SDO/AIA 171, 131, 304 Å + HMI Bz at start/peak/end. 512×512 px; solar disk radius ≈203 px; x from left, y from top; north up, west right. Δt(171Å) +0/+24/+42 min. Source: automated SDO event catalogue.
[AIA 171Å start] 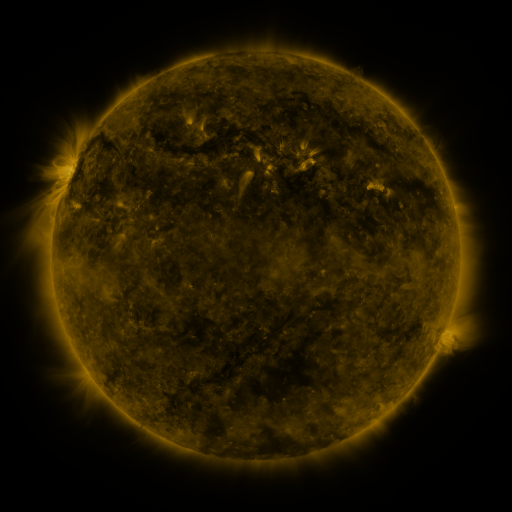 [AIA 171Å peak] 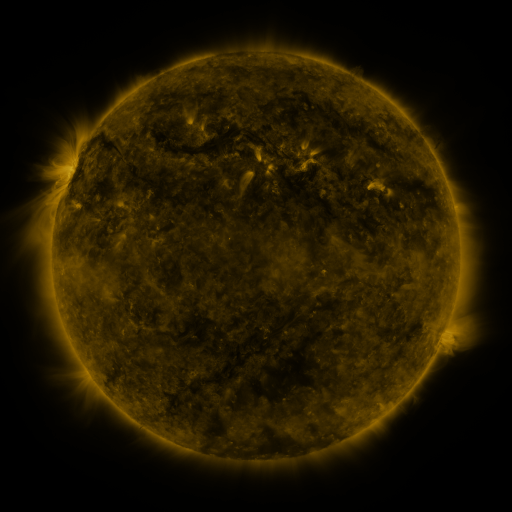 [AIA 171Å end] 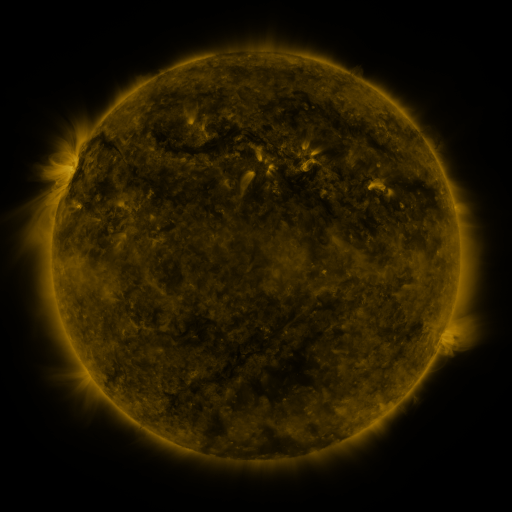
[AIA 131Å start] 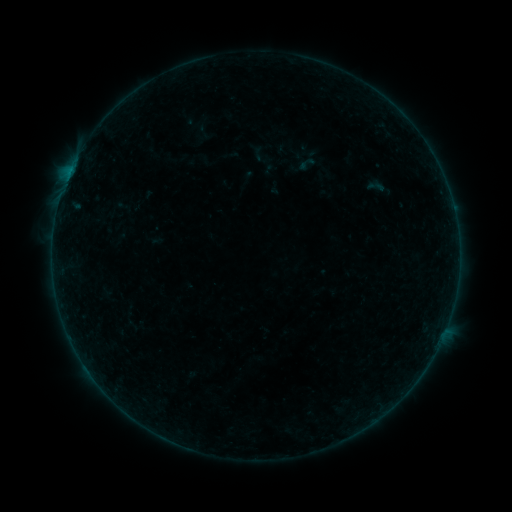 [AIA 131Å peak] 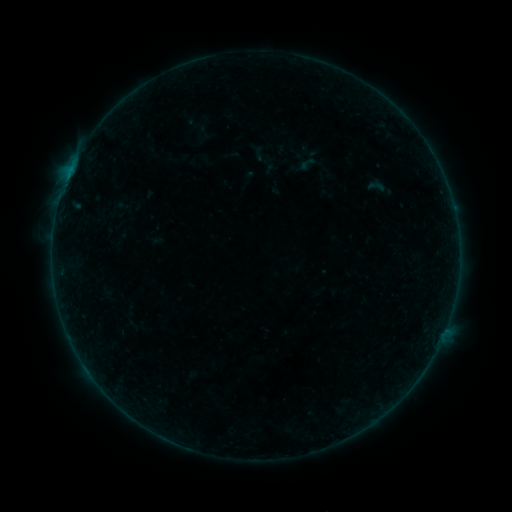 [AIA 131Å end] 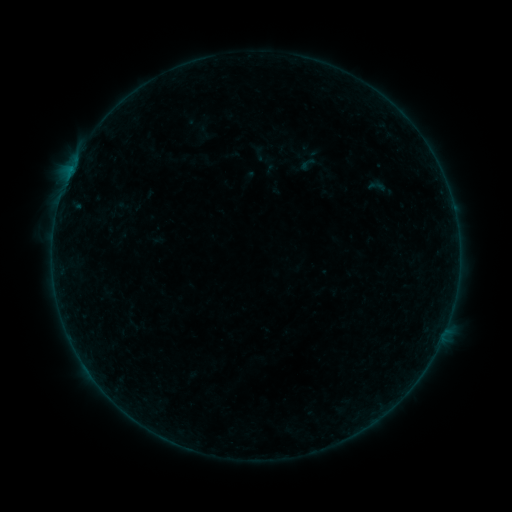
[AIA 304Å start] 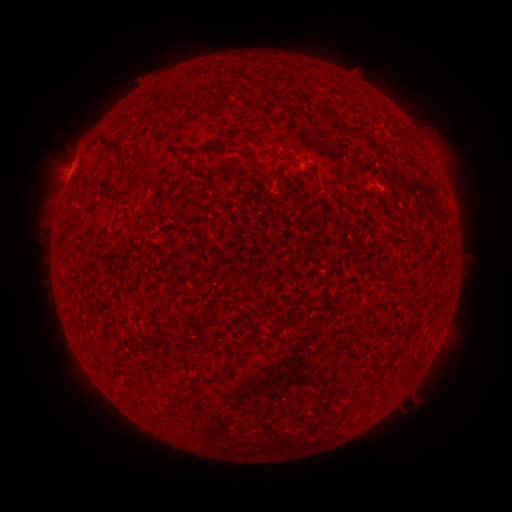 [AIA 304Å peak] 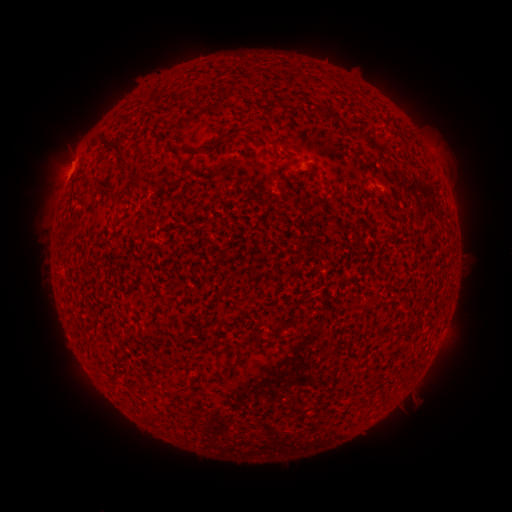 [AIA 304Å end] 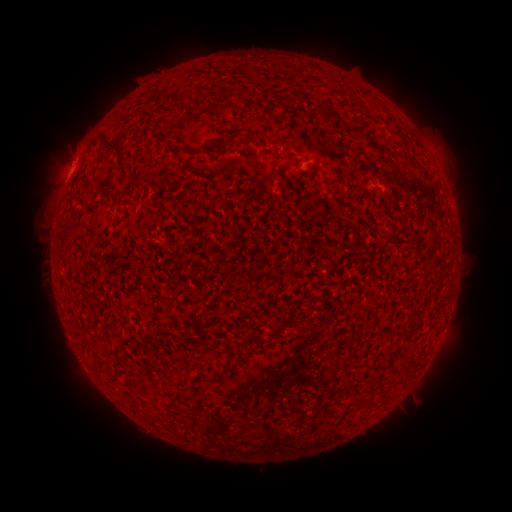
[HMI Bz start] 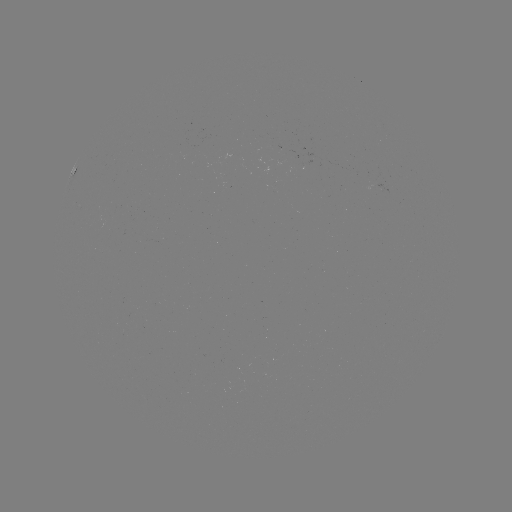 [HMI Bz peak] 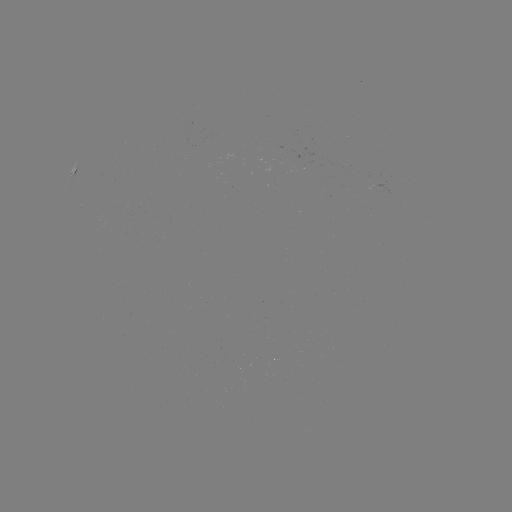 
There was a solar flare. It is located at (69, 177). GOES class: B1.7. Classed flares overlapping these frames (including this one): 1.